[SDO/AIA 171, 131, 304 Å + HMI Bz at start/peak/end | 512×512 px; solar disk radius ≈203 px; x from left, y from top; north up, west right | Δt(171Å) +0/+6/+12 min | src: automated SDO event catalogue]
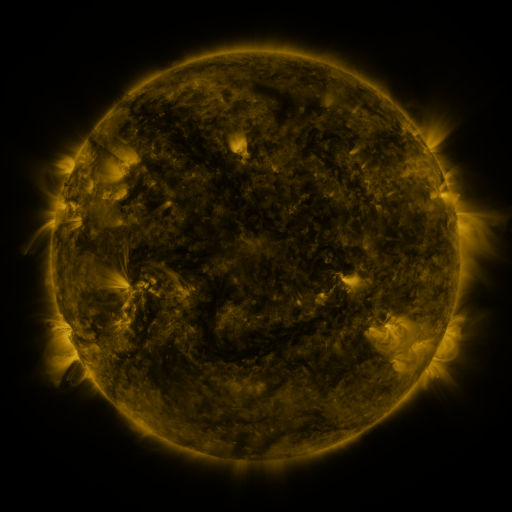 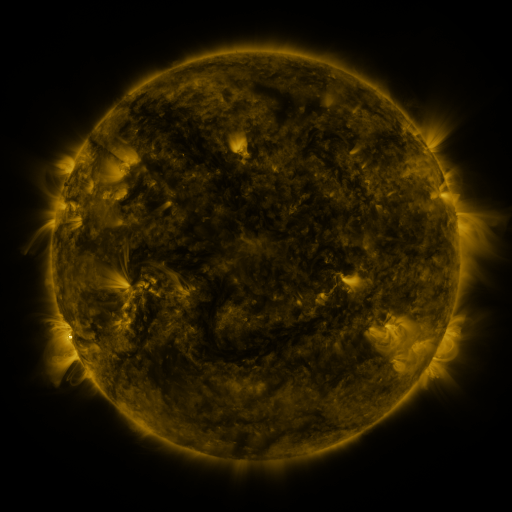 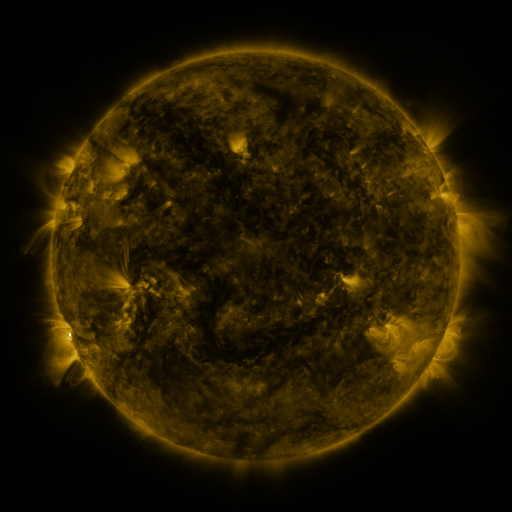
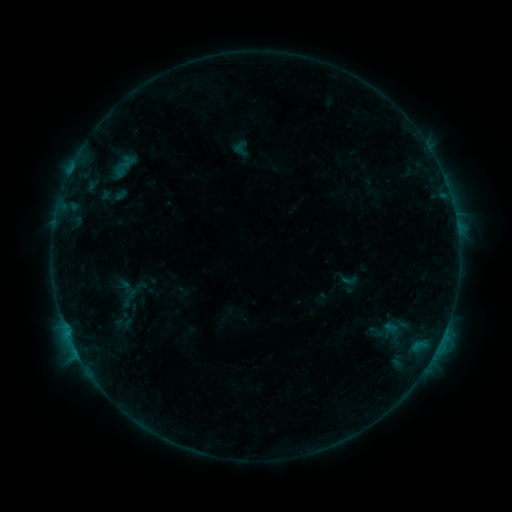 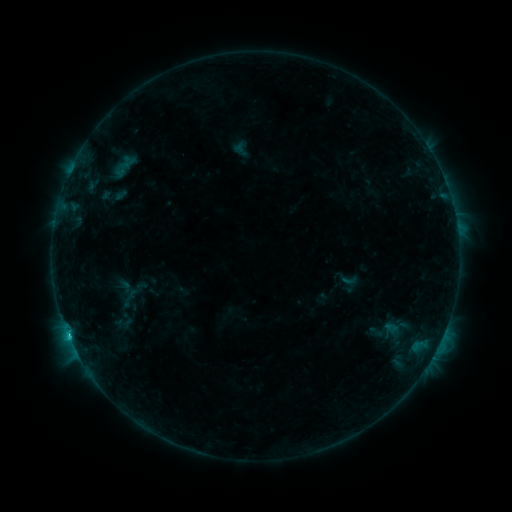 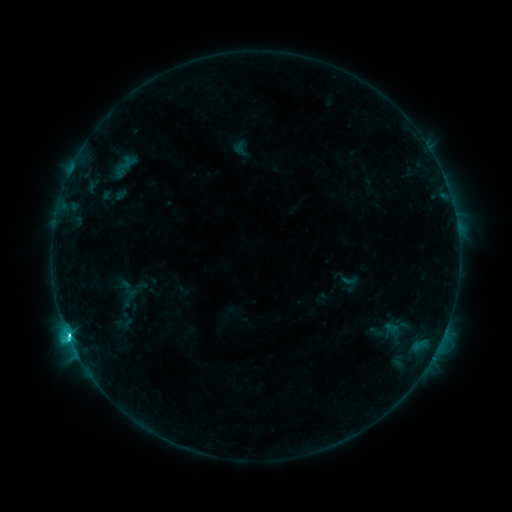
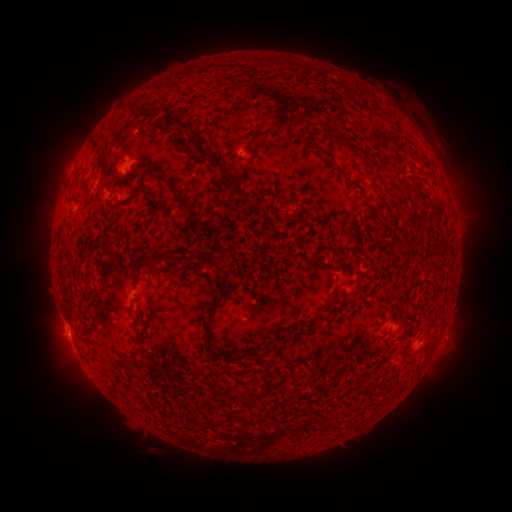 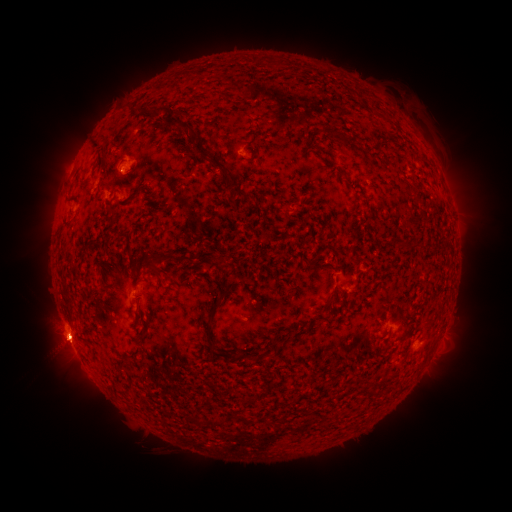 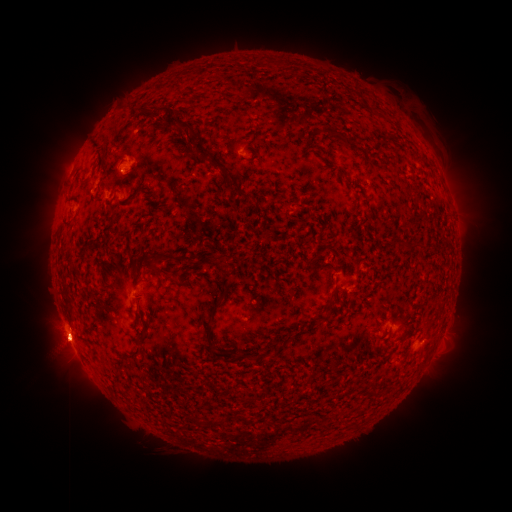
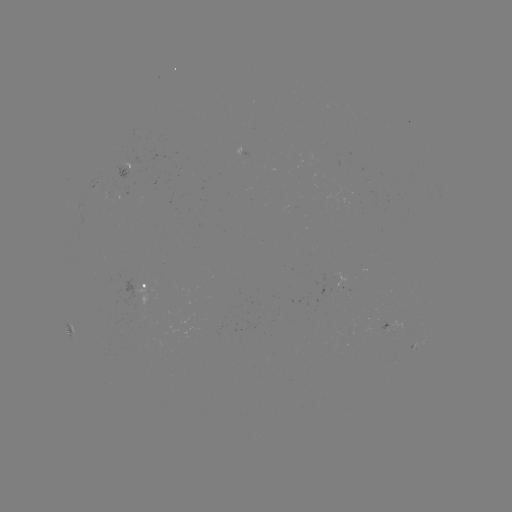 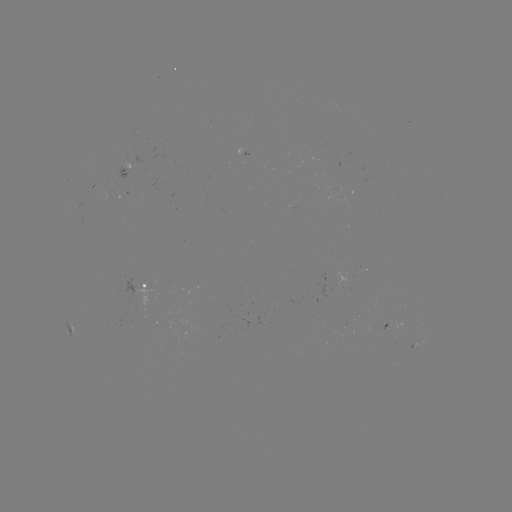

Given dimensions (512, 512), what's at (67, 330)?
C6.5 flare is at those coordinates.